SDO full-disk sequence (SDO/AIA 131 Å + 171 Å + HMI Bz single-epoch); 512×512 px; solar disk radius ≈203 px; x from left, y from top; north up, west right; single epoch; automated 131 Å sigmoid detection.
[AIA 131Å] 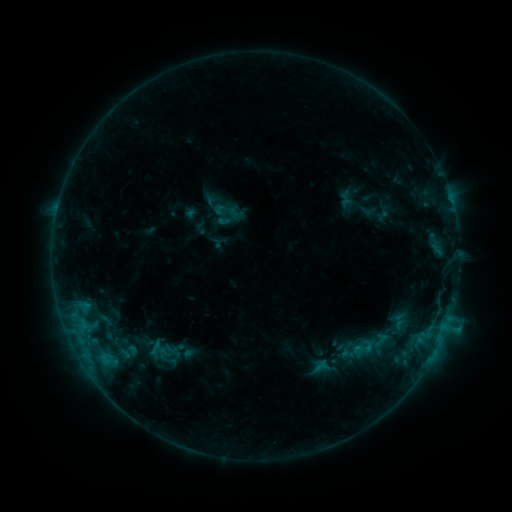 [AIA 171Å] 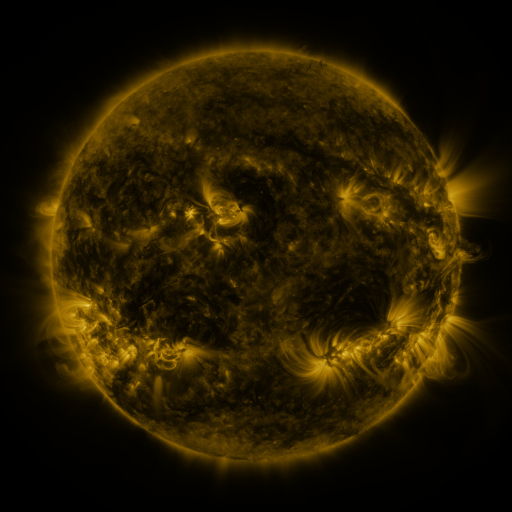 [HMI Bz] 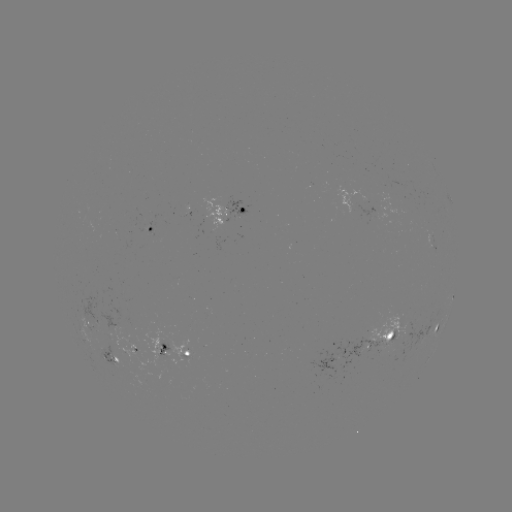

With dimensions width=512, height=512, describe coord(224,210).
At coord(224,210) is sigmoid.